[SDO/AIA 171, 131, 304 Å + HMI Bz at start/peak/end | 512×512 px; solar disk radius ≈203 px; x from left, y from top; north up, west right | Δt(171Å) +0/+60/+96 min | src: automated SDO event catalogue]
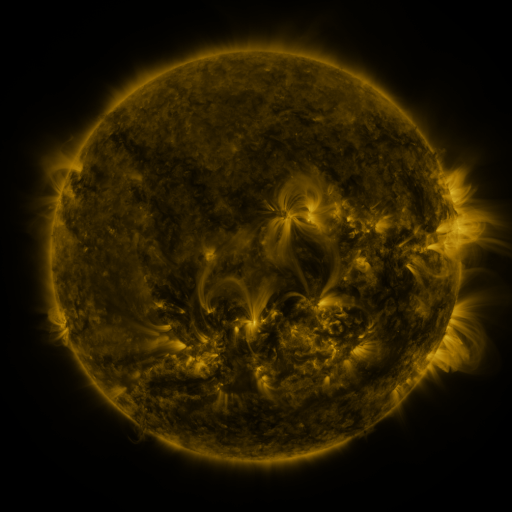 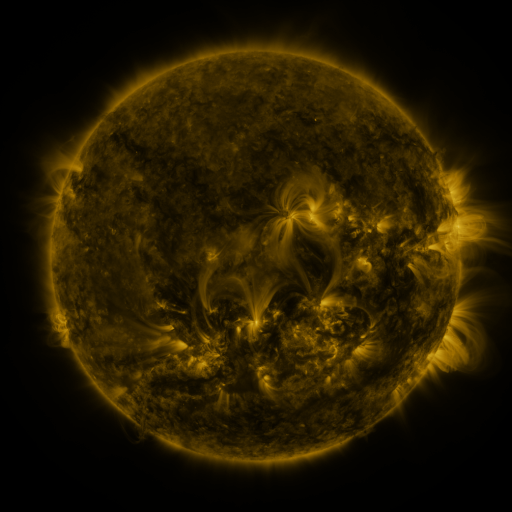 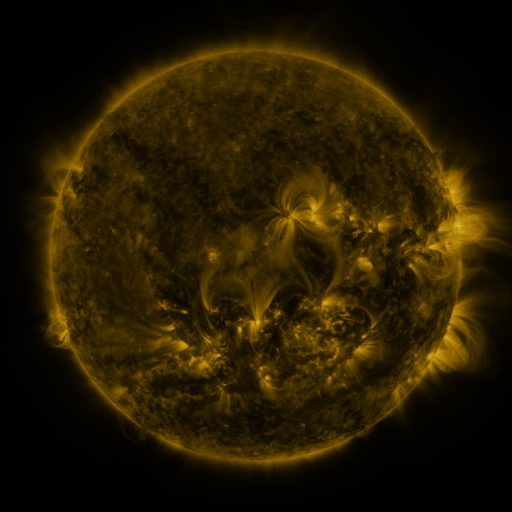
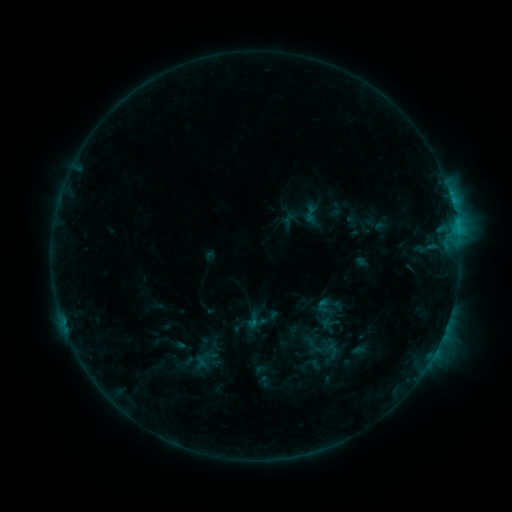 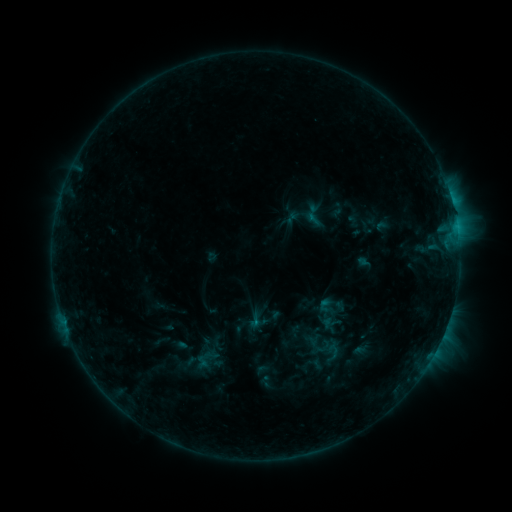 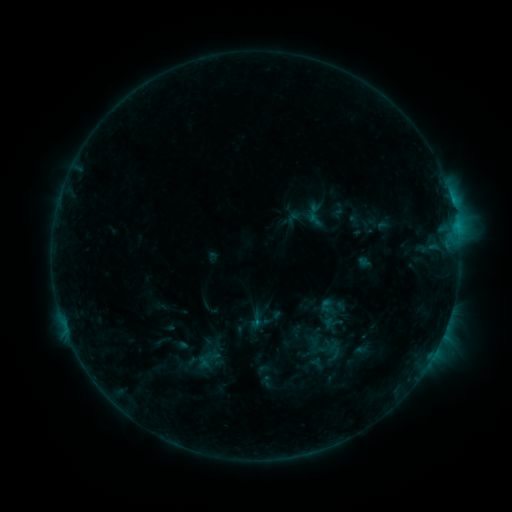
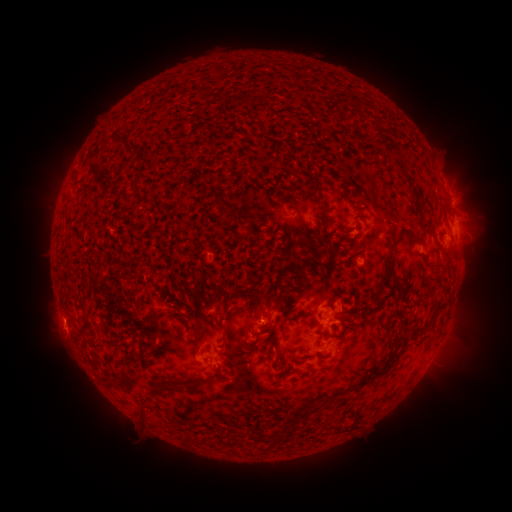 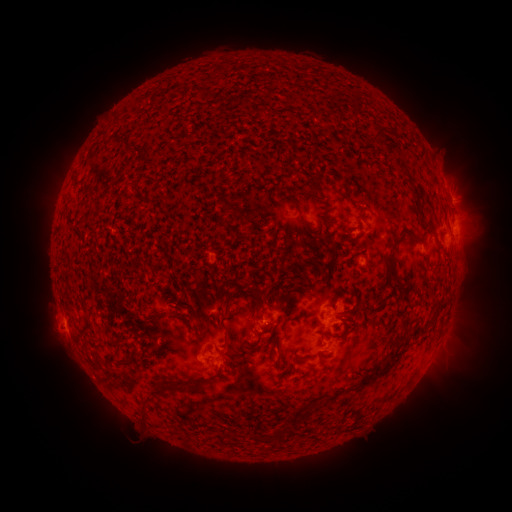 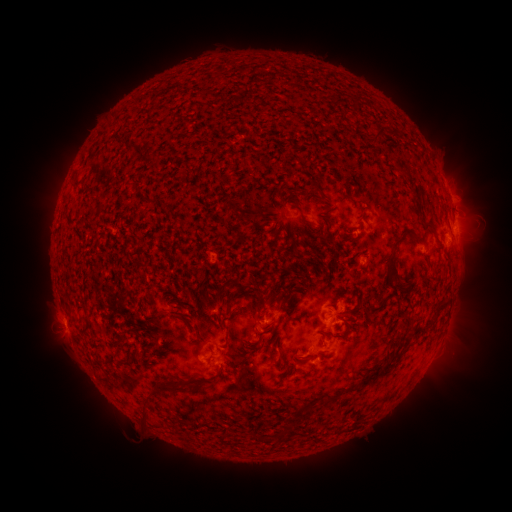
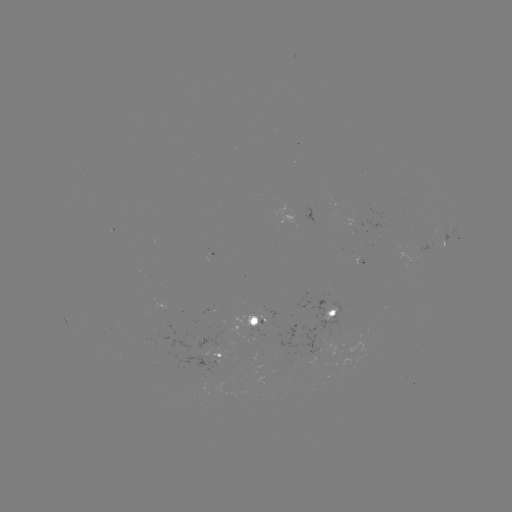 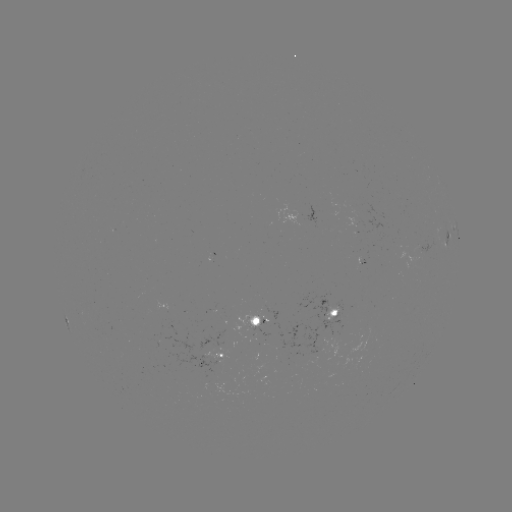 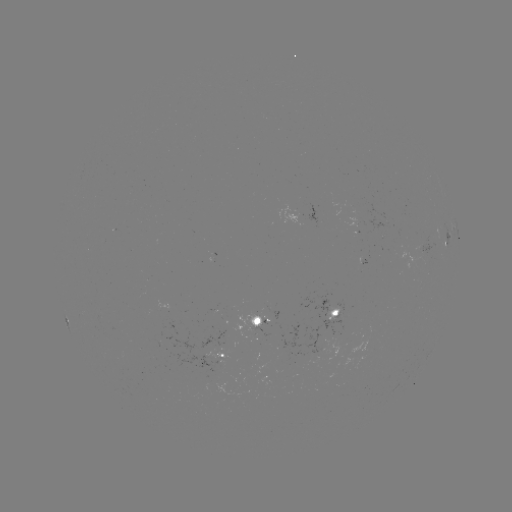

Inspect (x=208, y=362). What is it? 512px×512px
emerging-flux region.